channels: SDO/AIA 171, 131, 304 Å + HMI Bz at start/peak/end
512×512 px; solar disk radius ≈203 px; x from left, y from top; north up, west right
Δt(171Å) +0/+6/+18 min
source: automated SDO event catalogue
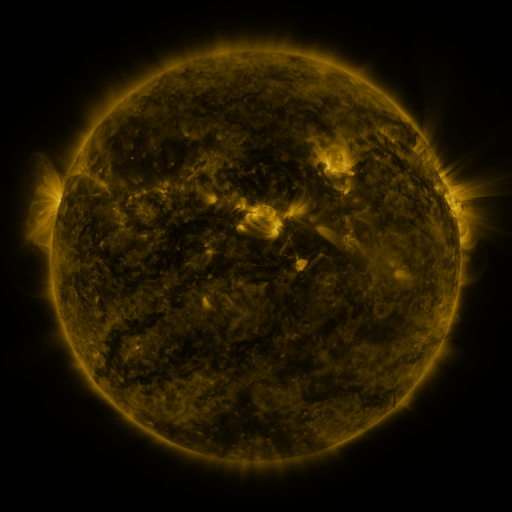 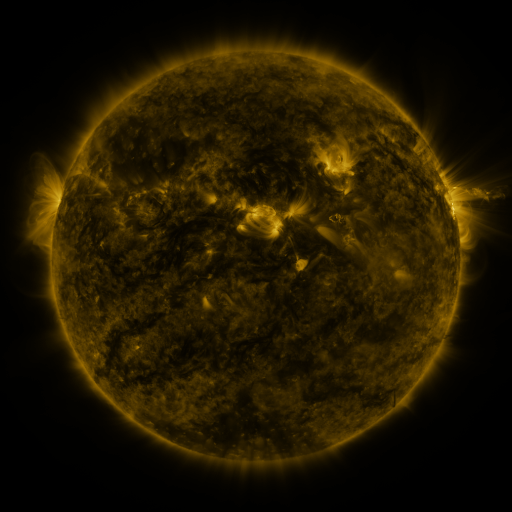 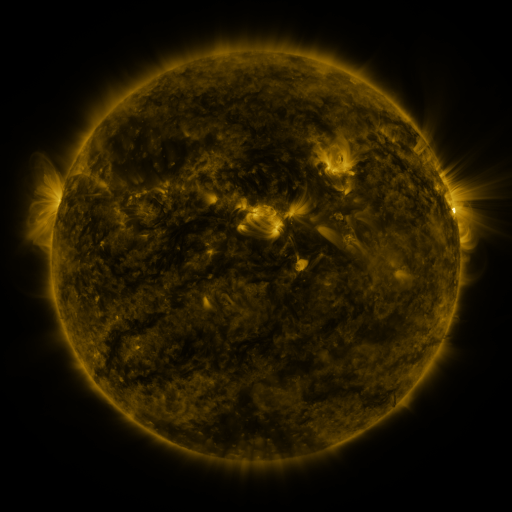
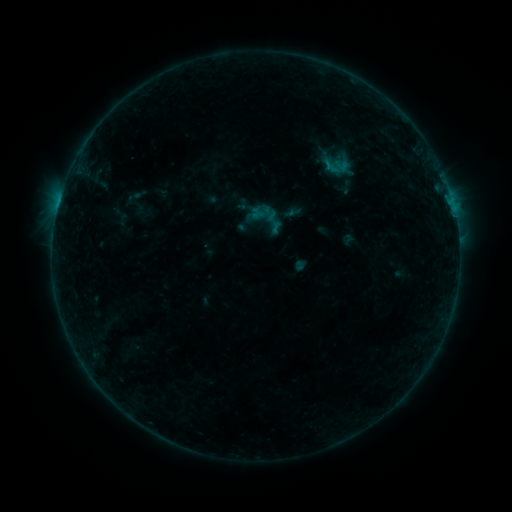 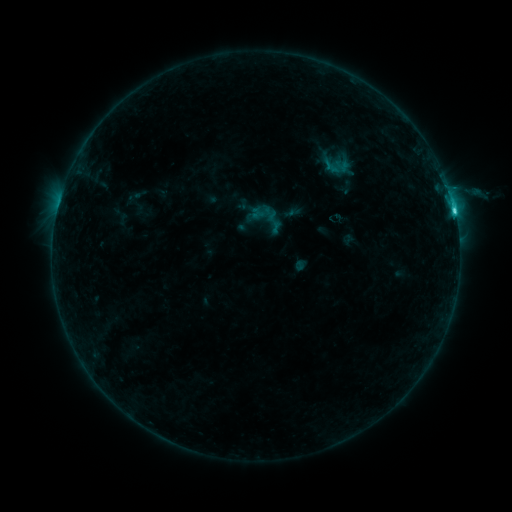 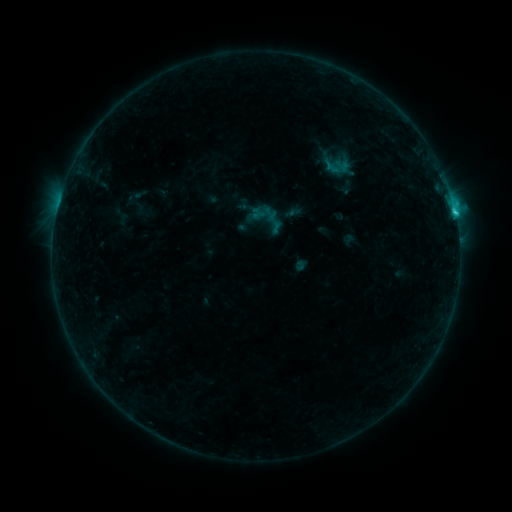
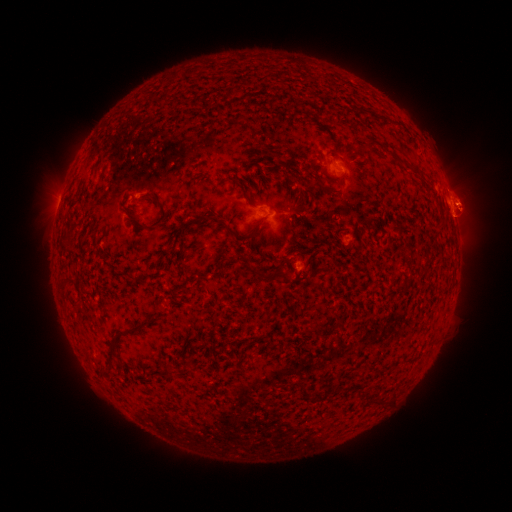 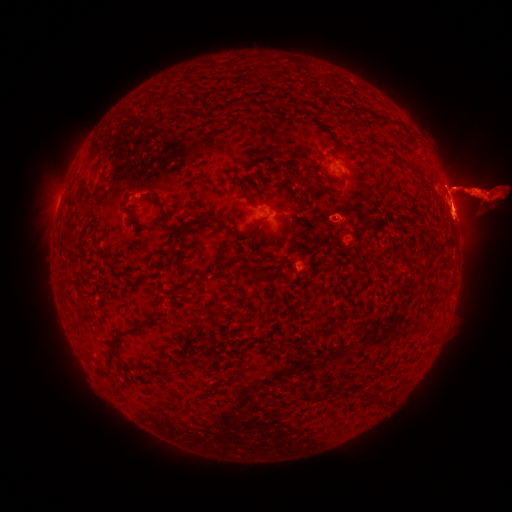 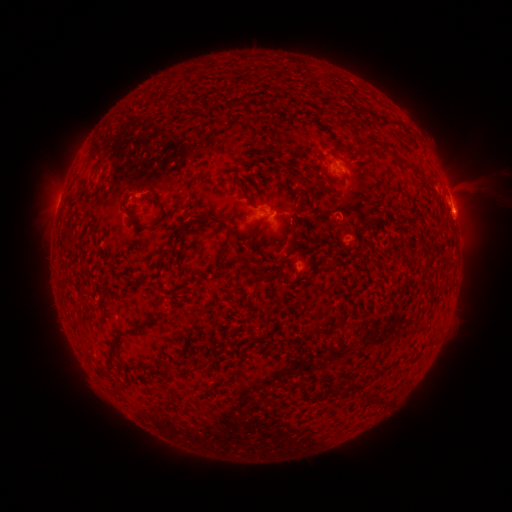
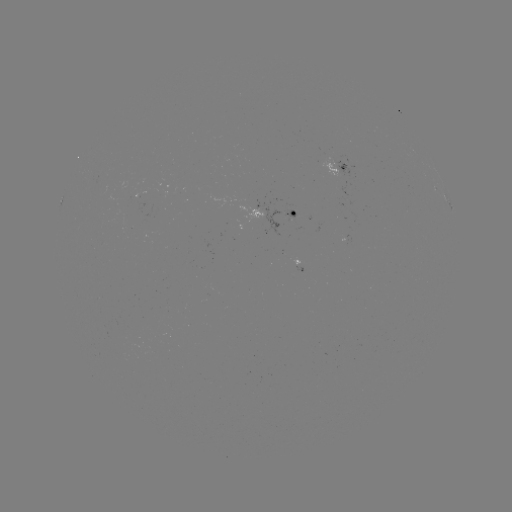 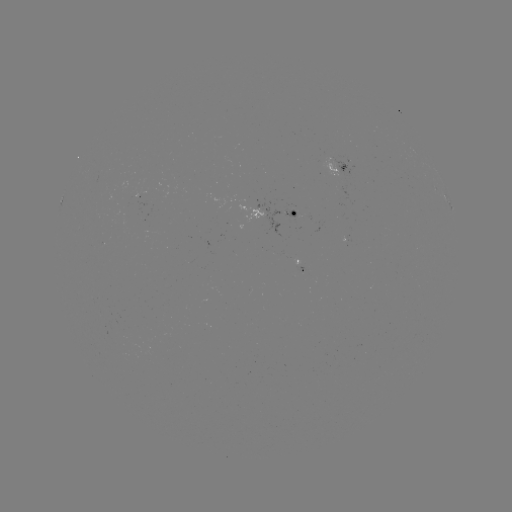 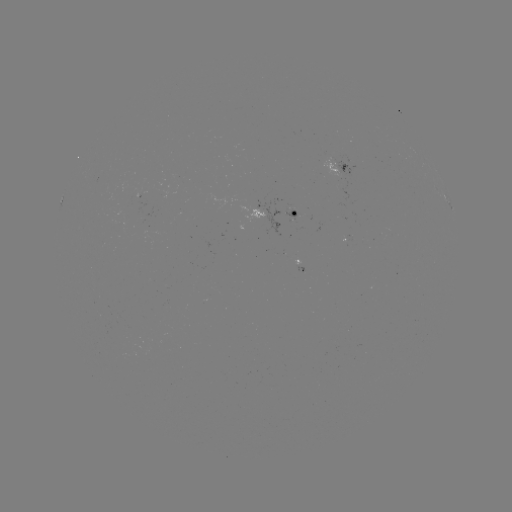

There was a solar flare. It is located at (454, 213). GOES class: C2.2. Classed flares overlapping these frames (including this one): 1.